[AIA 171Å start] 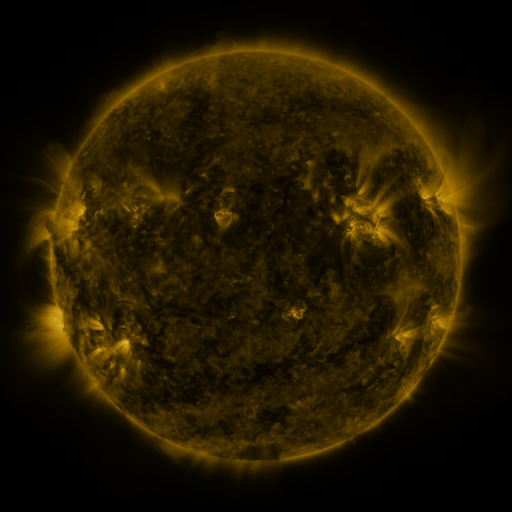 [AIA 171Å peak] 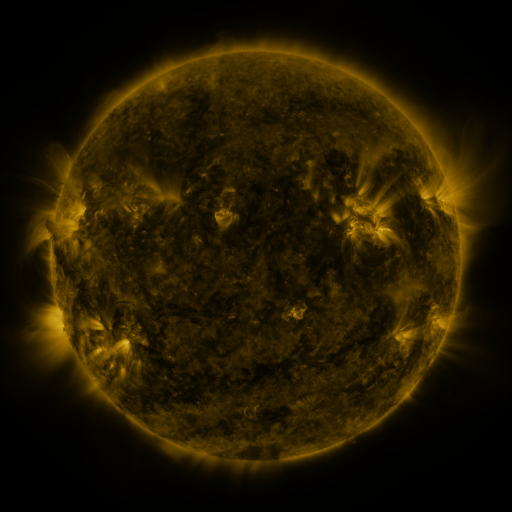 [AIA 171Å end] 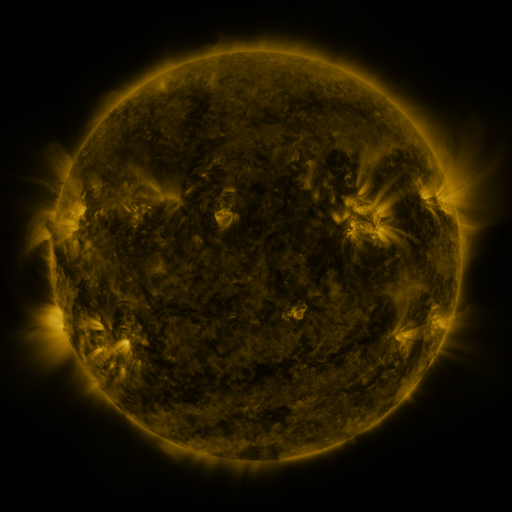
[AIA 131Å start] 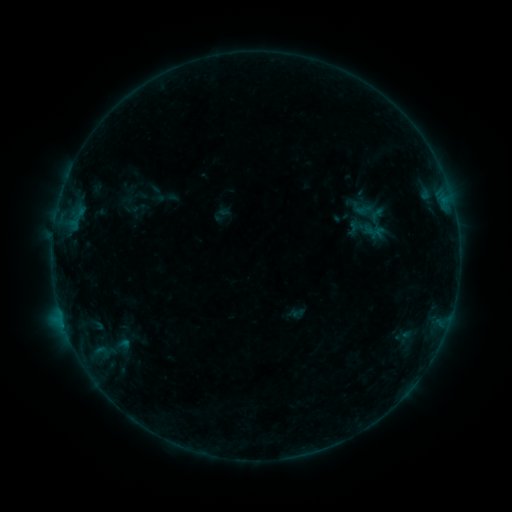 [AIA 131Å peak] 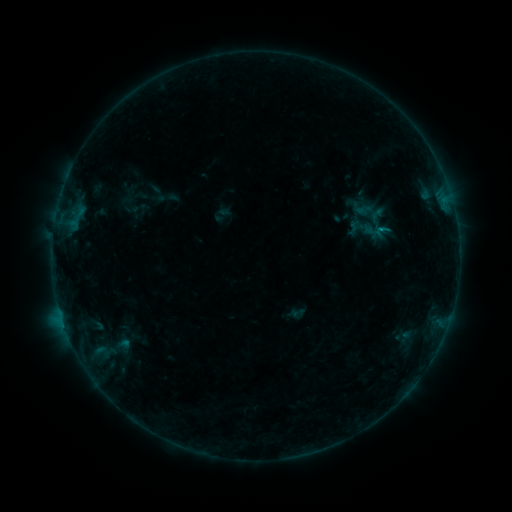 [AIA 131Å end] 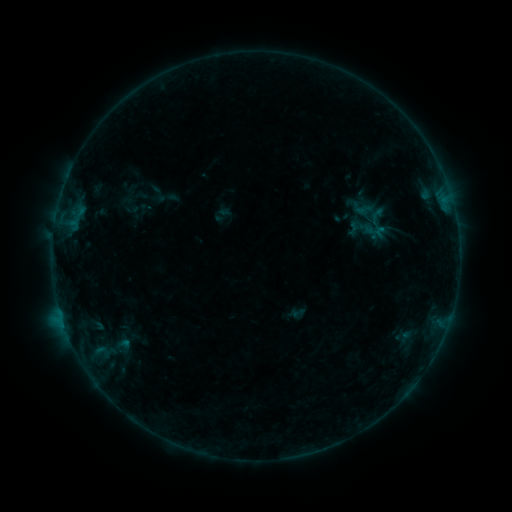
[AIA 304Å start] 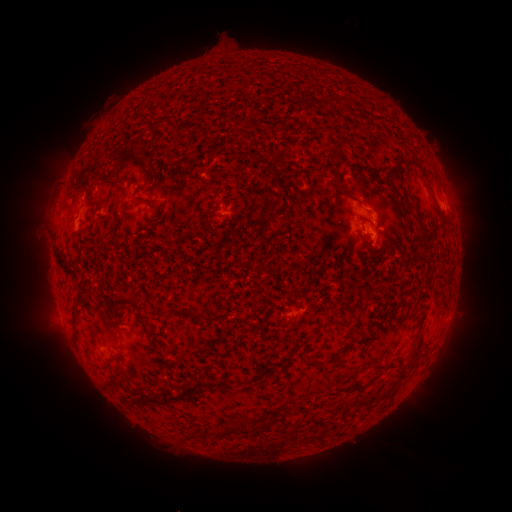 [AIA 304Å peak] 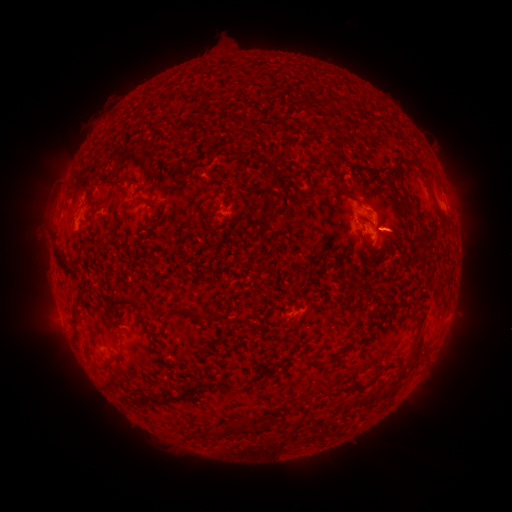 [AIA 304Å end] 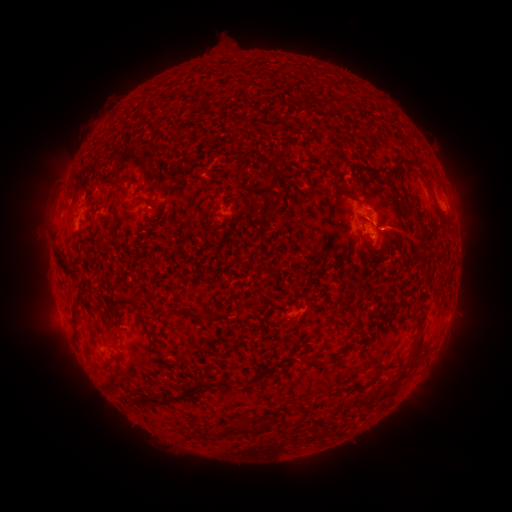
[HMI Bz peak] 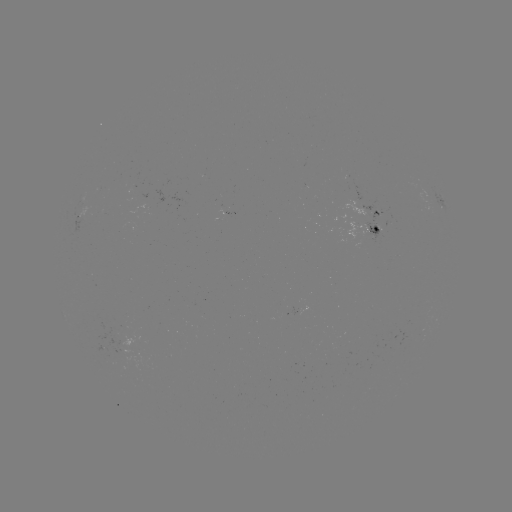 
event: eruption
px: (402, 228)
